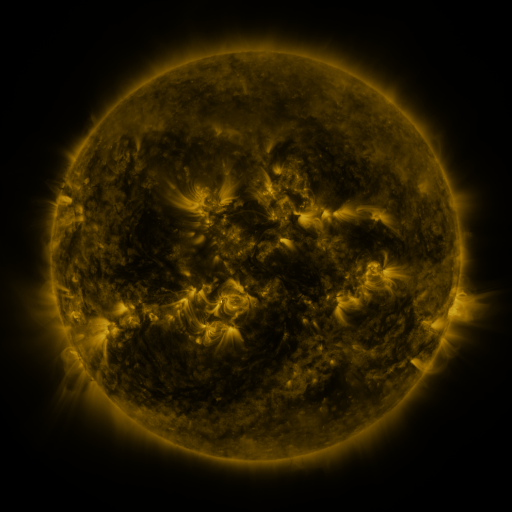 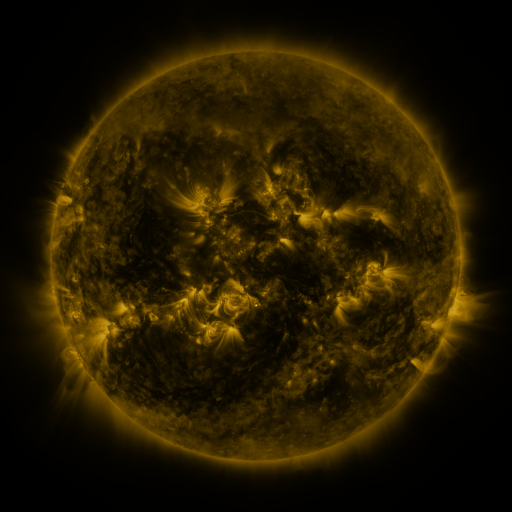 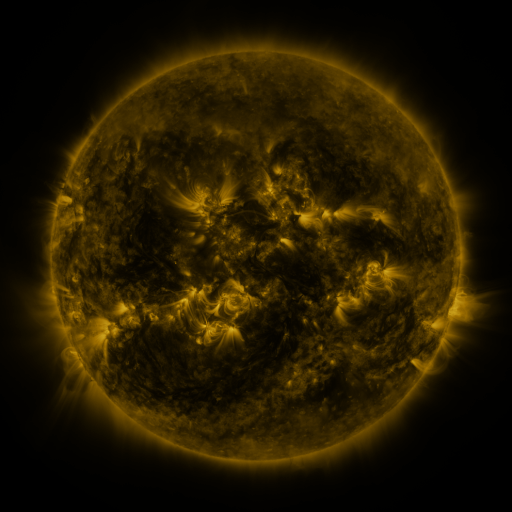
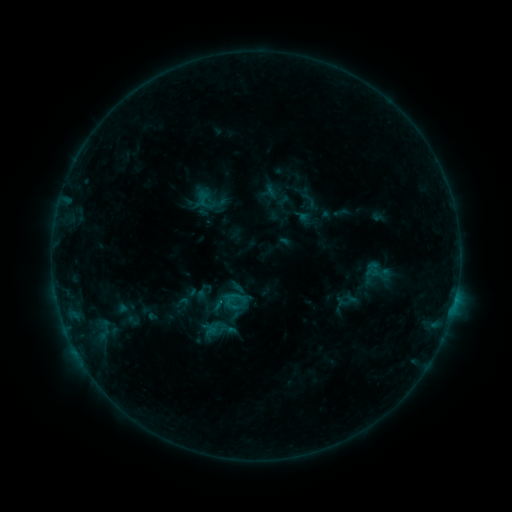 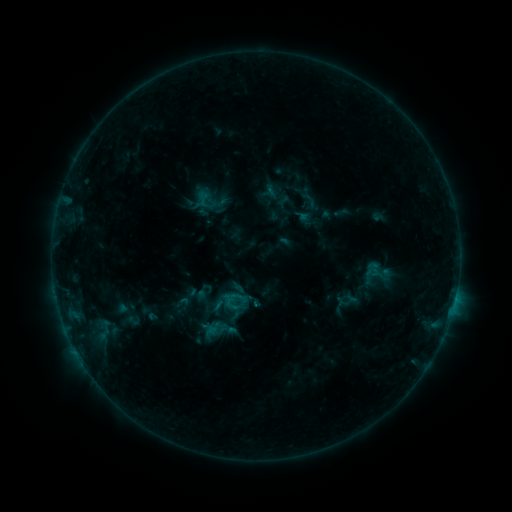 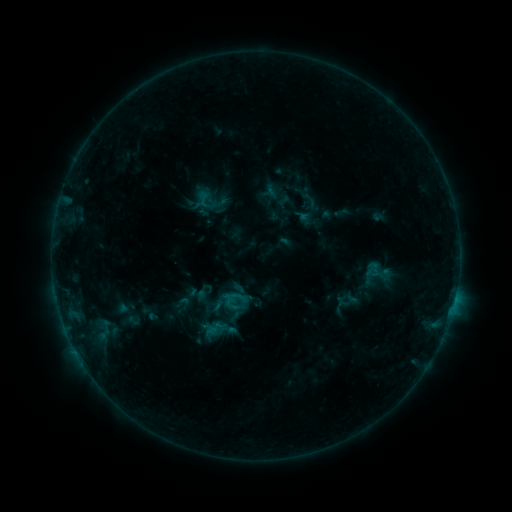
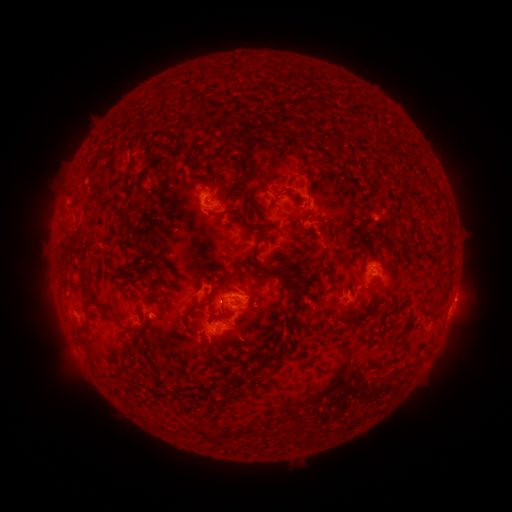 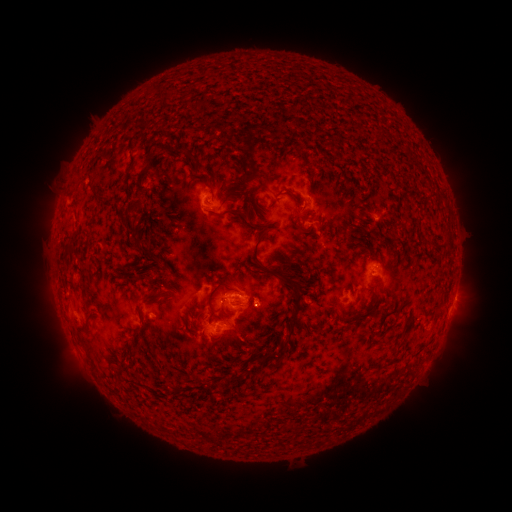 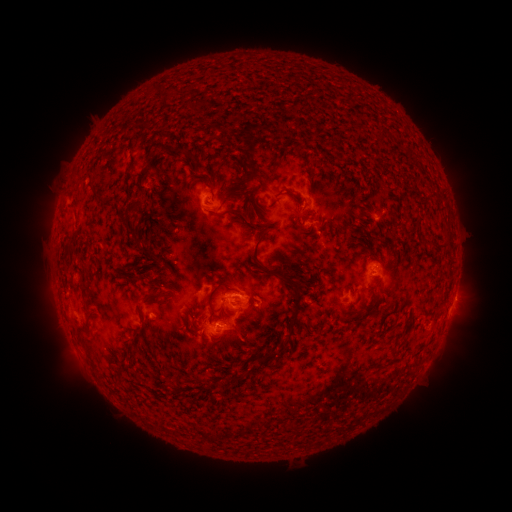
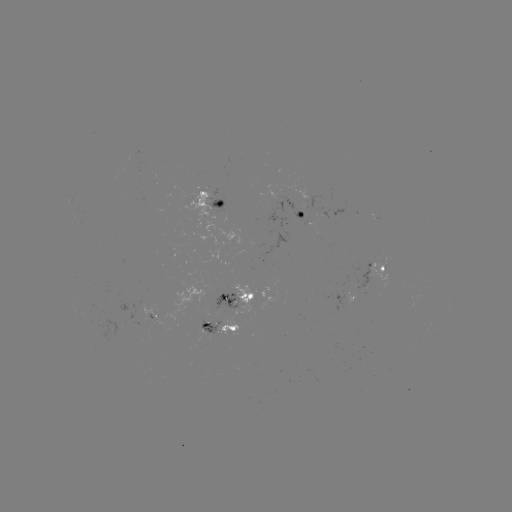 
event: eruption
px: (264, 310)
